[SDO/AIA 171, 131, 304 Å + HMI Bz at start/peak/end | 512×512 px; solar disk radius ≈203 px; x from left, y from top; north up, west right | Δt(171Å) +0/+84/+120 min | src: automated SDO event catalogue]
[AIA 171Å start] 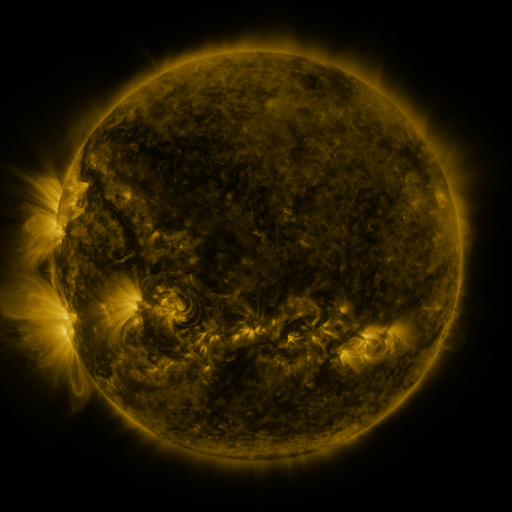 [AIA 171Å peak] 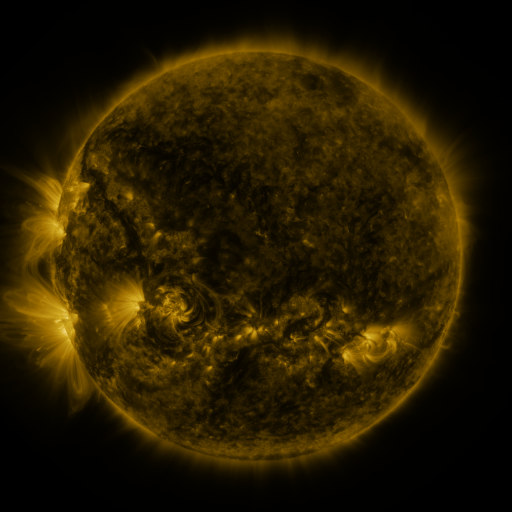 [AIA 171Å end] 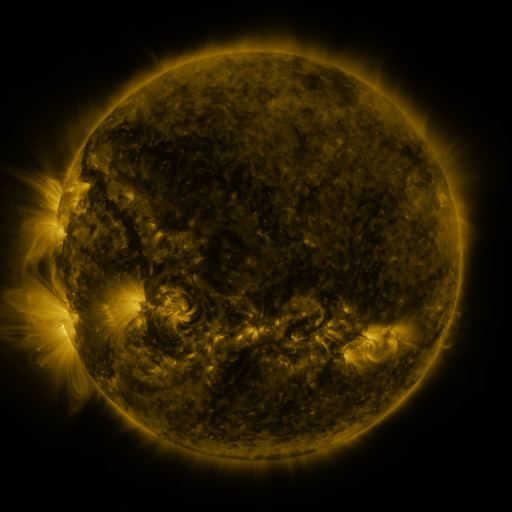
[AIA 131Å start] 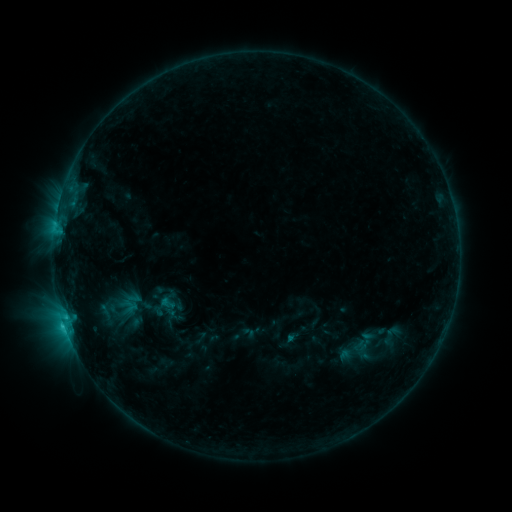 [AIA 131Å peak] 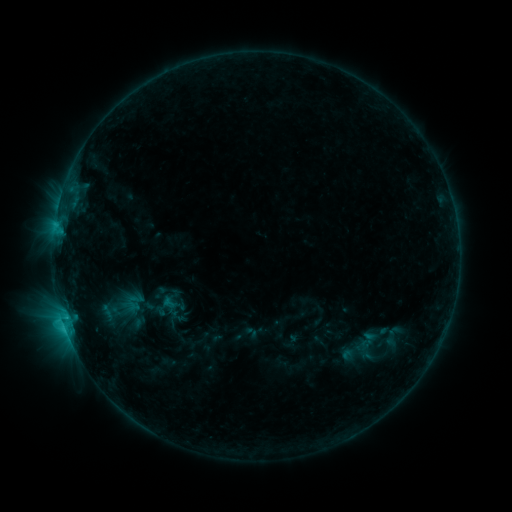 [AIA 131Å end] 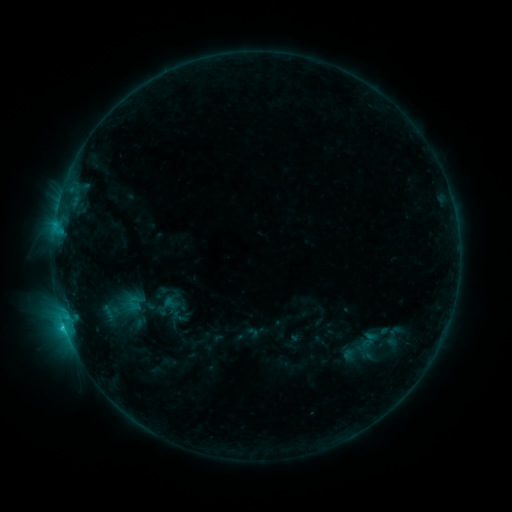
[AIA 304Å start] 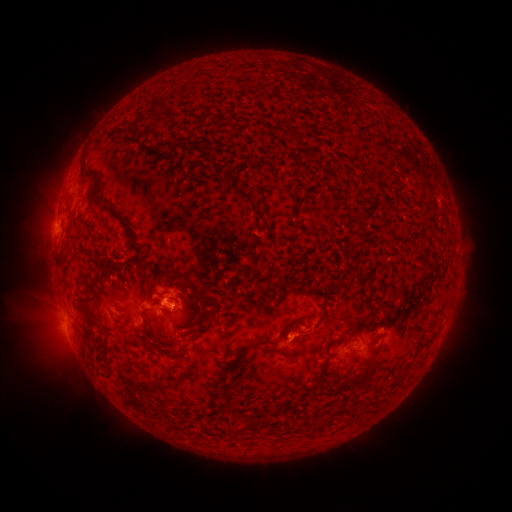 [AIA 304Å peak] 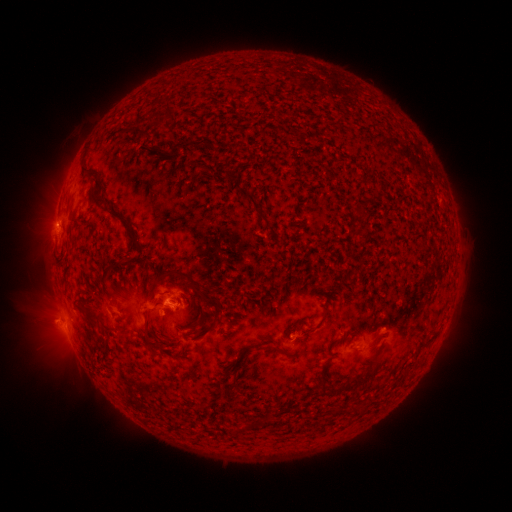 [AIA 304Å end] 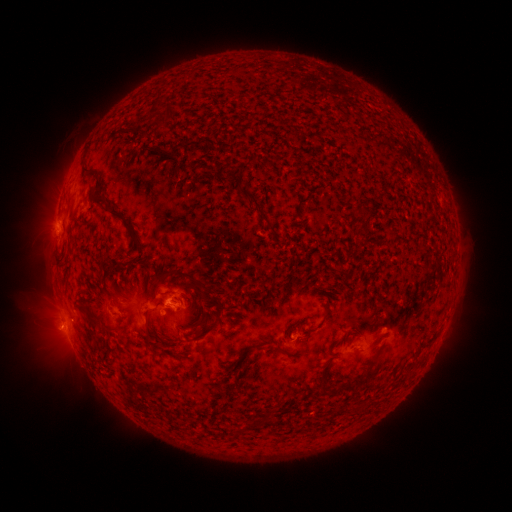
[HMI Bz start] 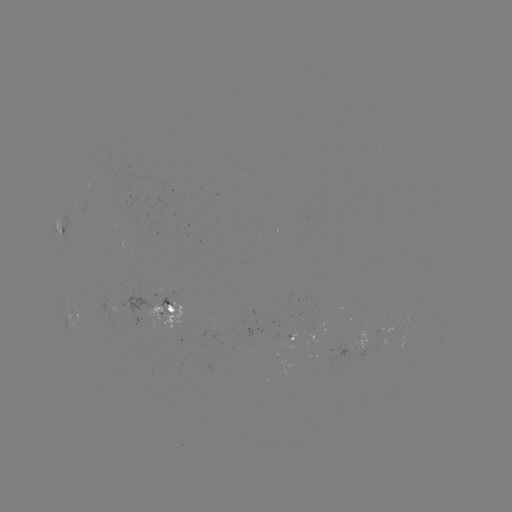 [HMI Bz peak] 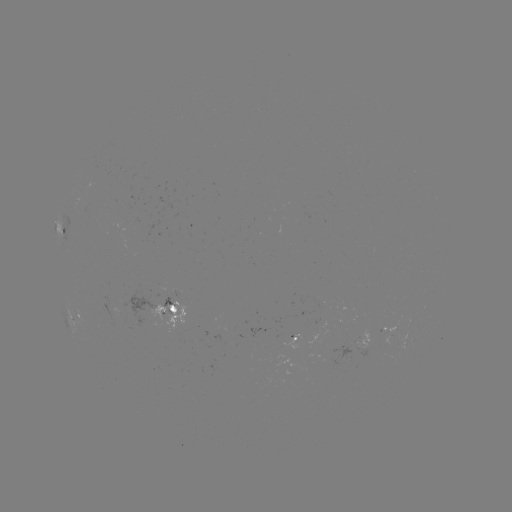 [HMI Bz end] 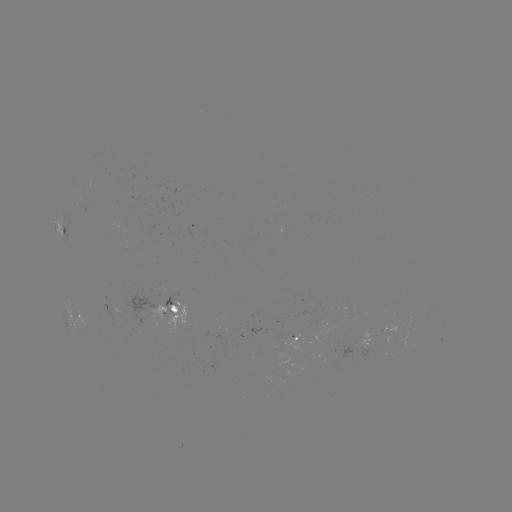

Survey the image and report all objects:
emerging-flux region: (189, 341)
